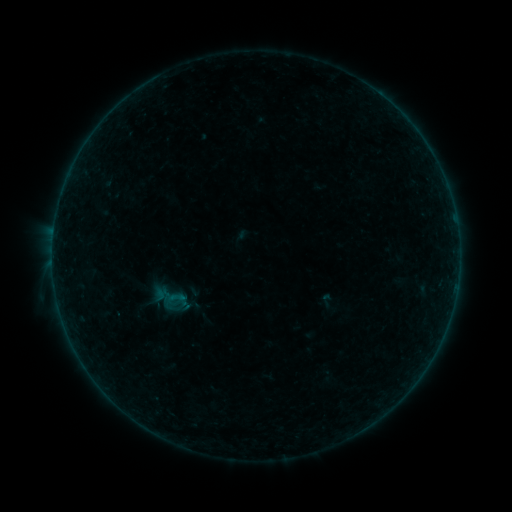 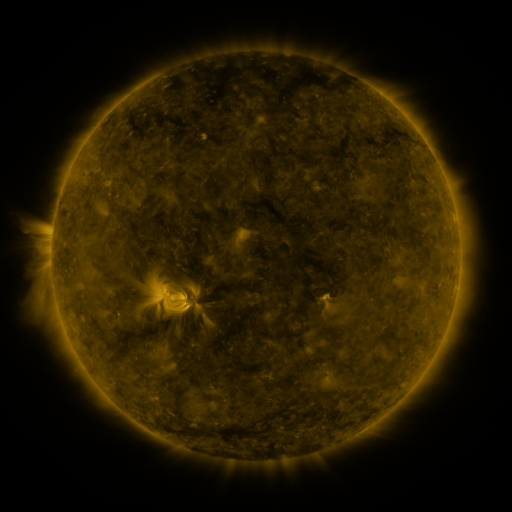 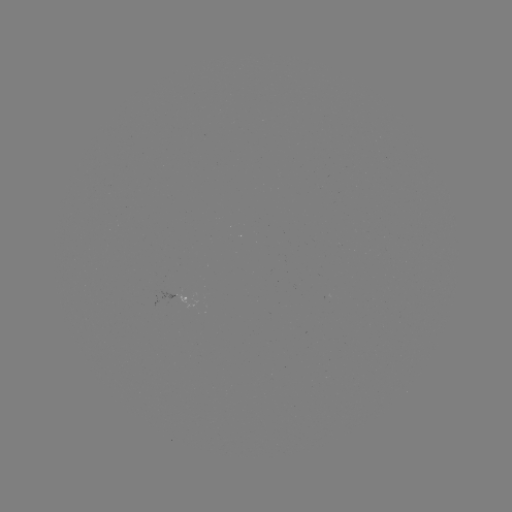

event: sigmoid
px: (176, 298)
